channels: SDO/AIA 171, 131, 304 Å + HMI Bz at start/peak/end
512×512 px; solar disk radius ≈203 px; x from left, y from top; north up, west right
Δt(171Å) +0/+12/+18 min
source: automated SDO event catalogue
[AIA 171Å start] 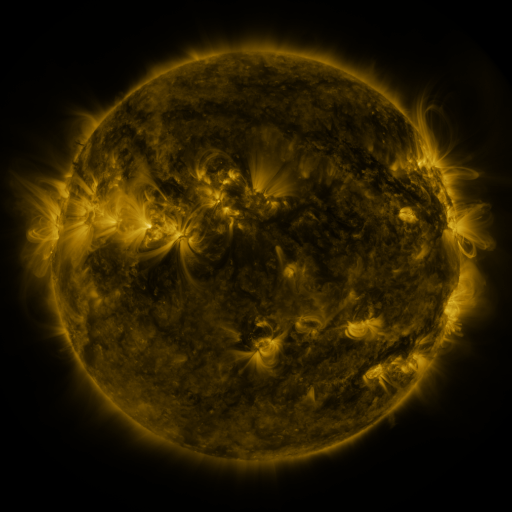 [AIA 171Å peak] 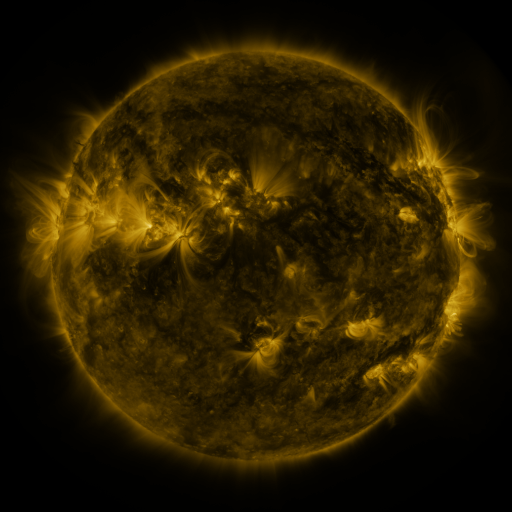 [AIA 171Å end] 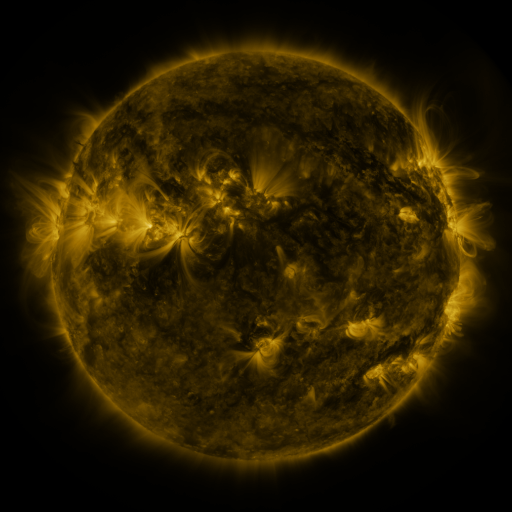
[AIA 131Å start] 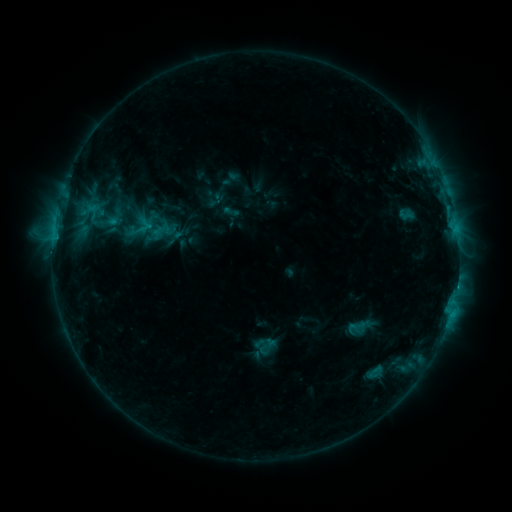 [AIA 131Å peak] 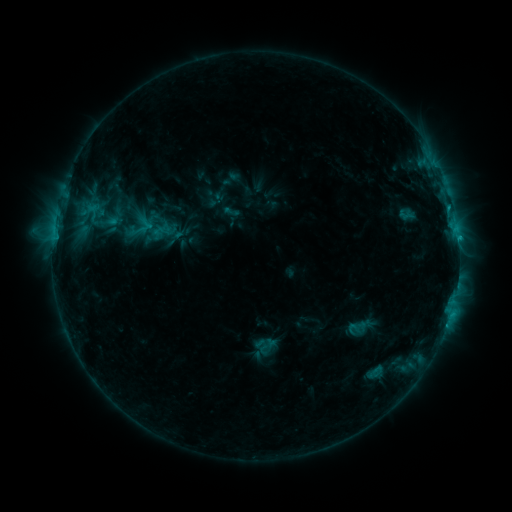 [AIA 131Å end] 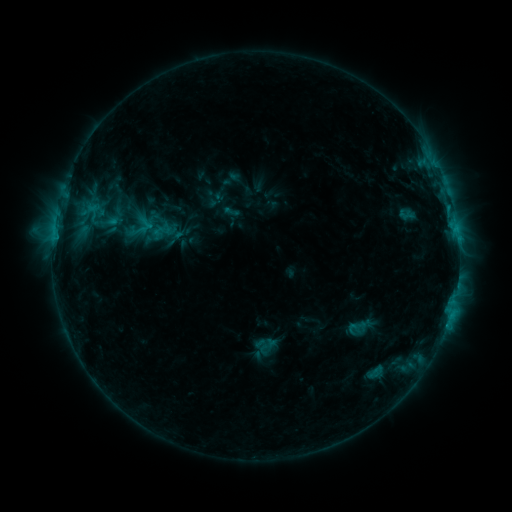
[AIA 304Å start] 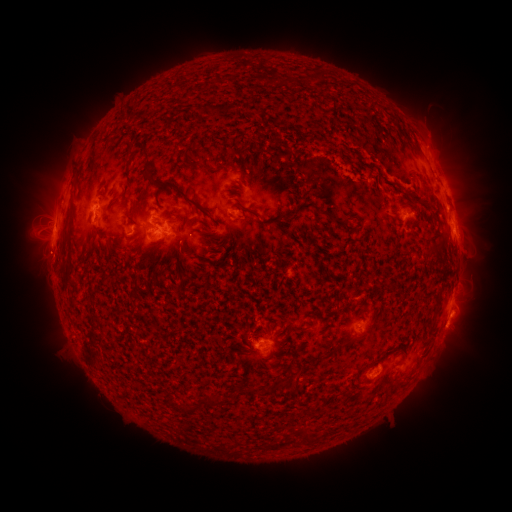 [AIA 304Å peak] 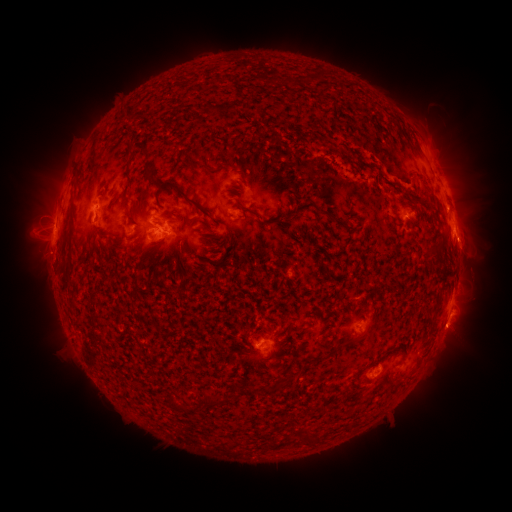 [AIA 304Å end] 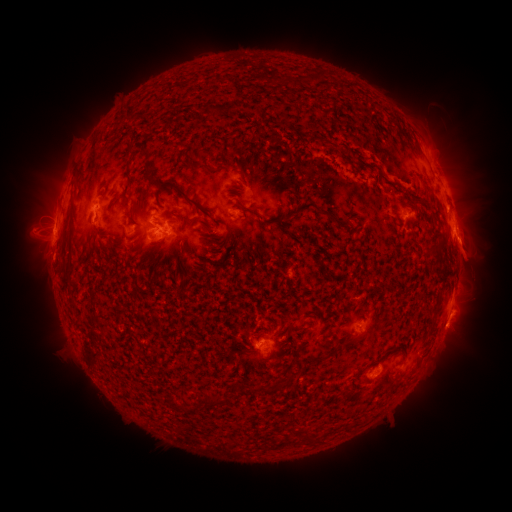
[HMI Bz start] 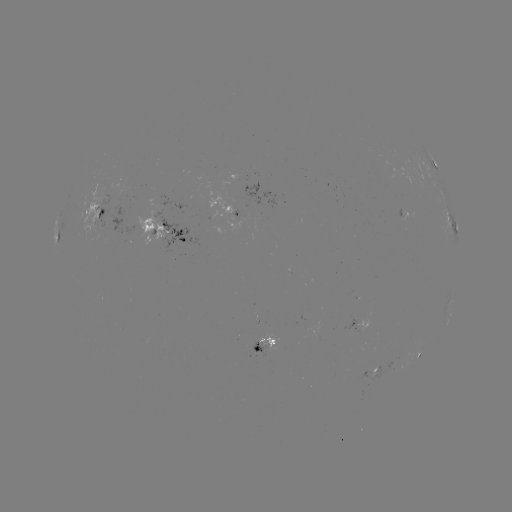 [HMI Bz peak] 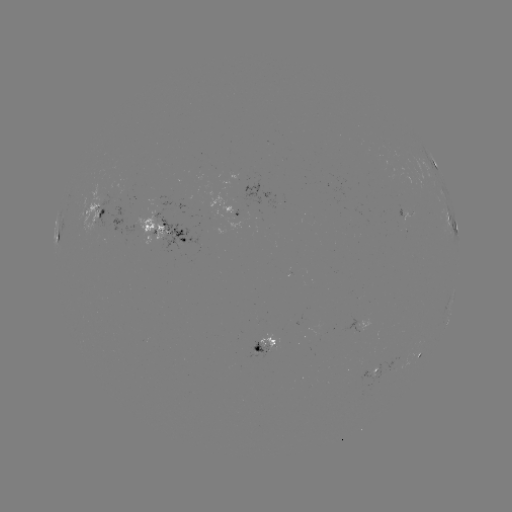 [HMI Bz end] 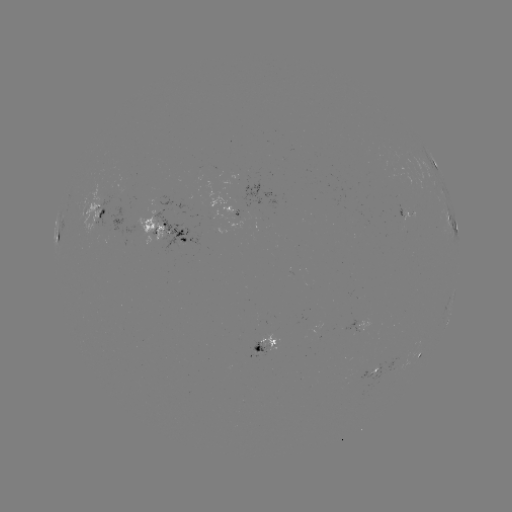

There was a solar flare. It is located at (458, 242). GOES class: C1.7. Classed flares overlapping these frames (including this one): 1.